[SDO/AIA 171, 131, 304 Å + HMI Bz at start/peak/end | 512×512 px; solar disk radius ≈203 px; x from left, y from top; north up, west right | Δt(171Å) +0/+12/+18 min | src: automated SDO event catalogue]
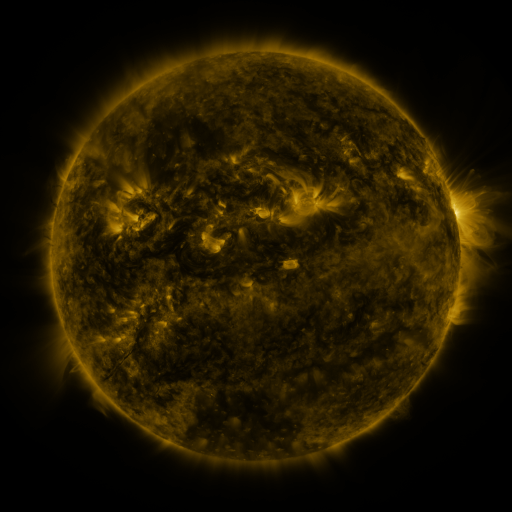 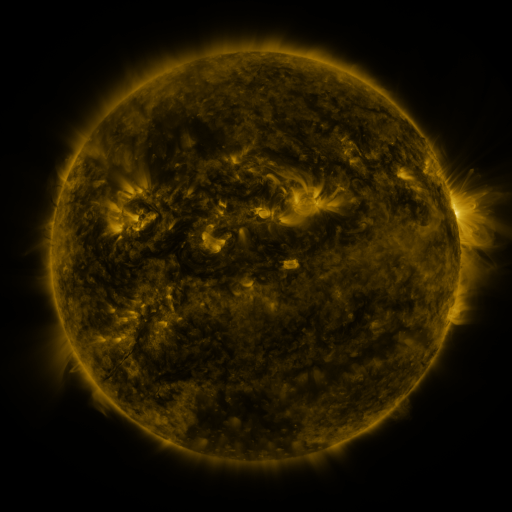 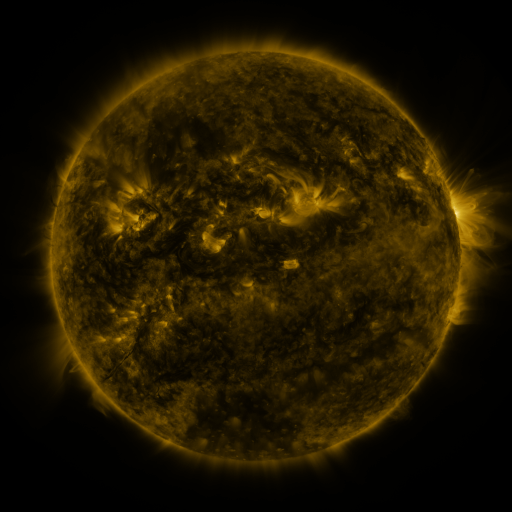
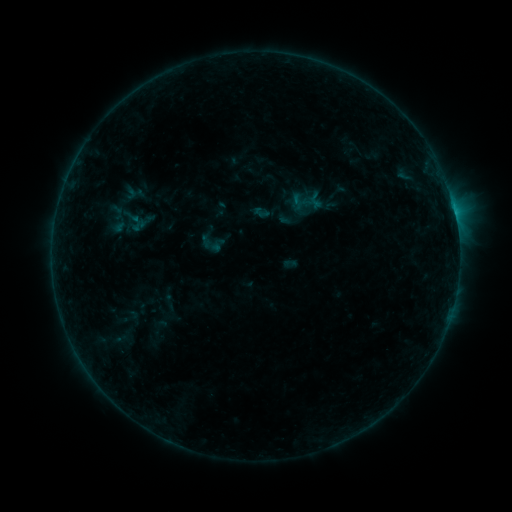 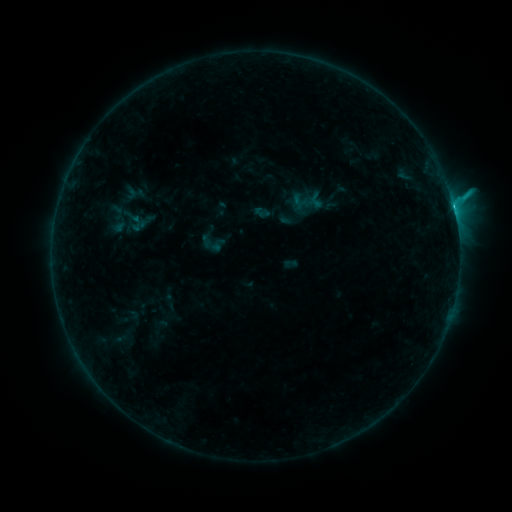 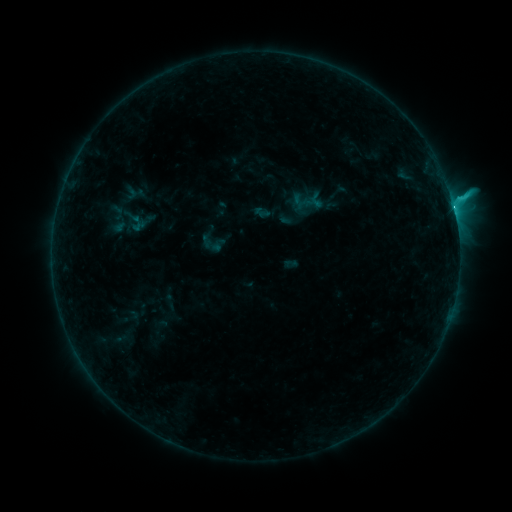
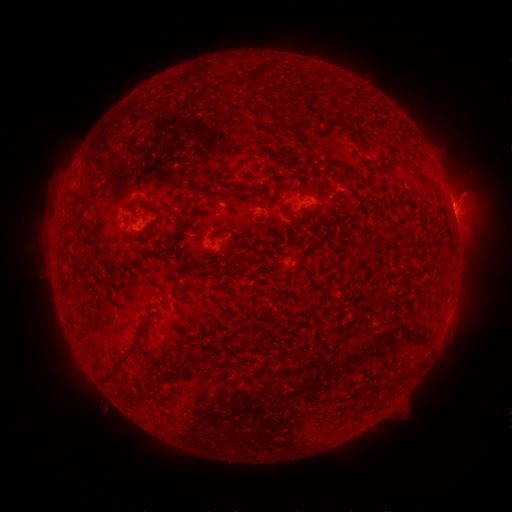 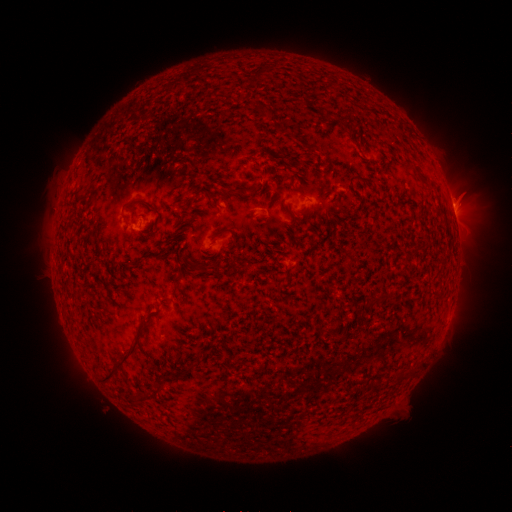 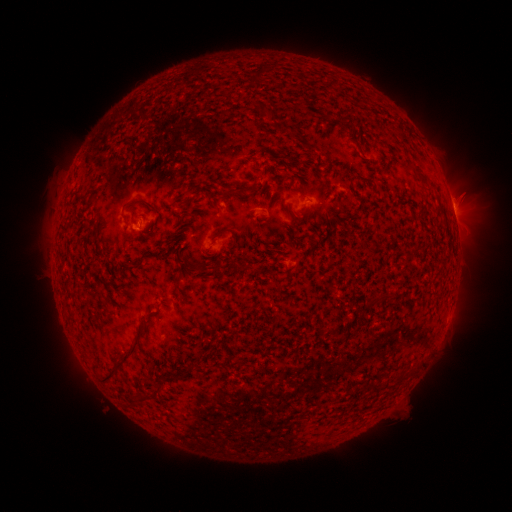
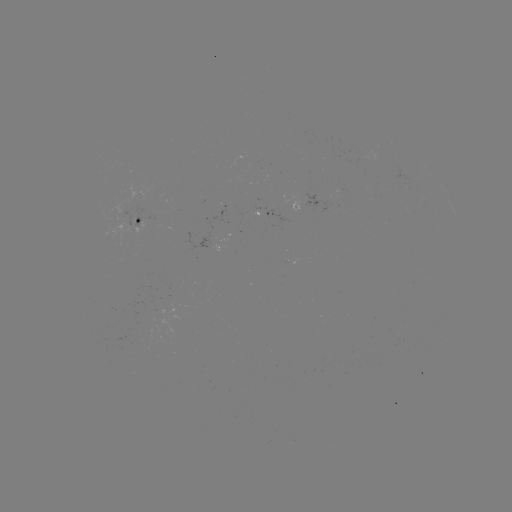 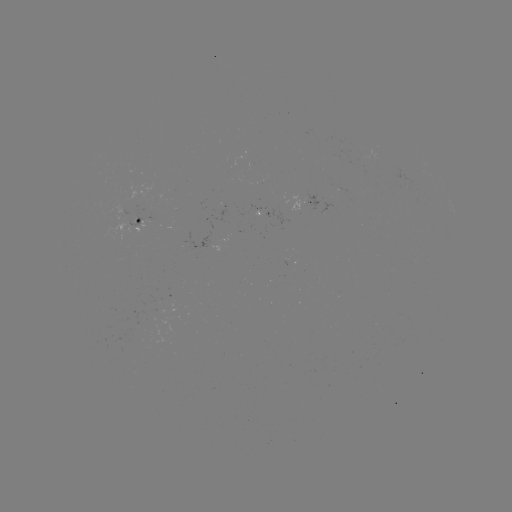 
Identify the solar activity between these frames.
C7.2 flare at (453, 208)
